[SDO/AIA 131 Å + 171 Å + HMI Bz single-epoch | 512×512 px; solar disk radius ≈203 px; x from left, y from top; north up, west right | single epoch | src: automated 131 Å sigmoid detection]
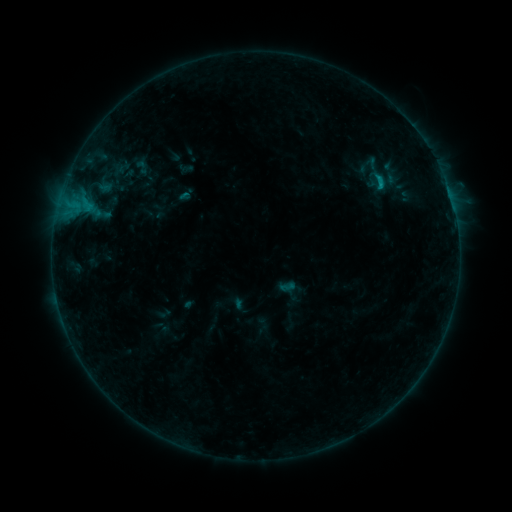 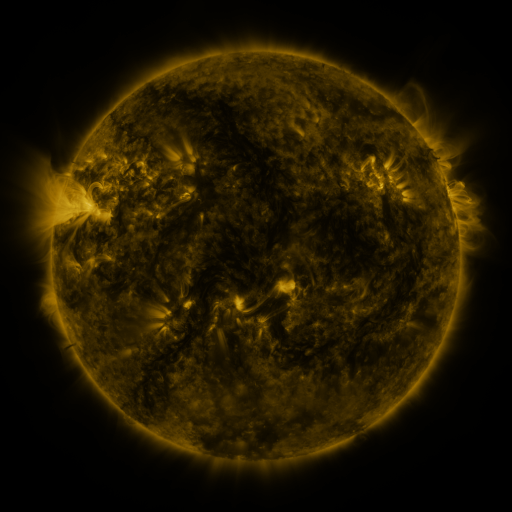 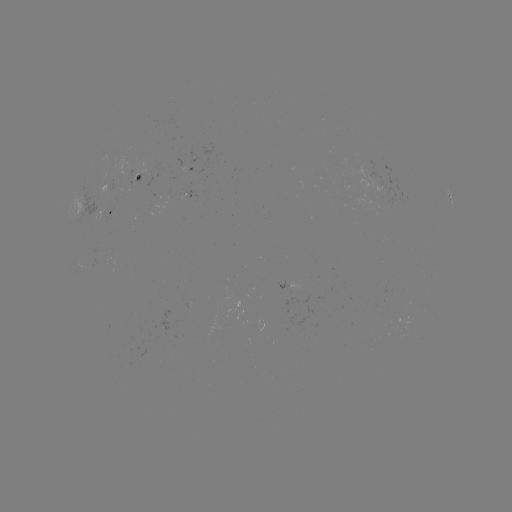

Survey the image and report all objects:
sigmoid: <bbox>133, 158, 151, 176</bbox>
sigmoid: <bbox>365, 168, 393, 194</bbox>
